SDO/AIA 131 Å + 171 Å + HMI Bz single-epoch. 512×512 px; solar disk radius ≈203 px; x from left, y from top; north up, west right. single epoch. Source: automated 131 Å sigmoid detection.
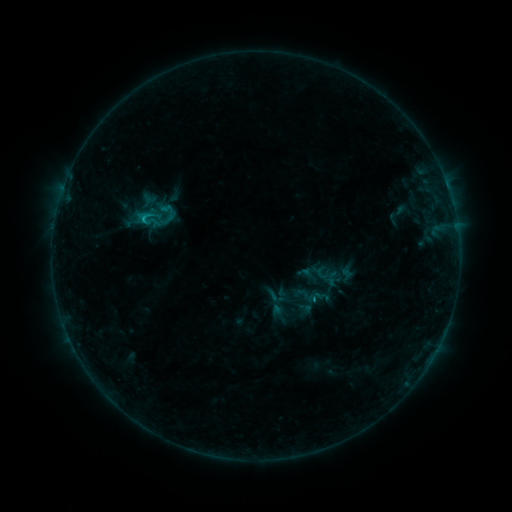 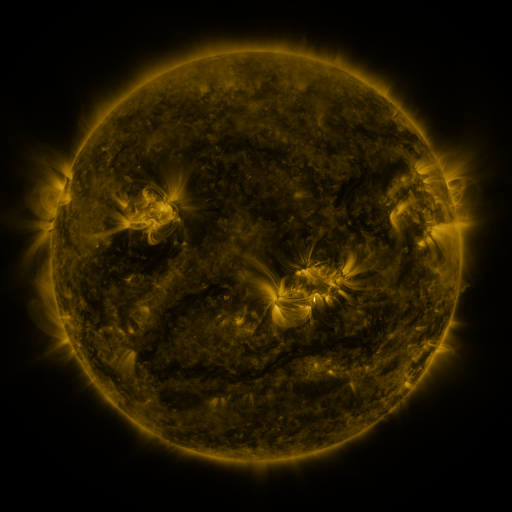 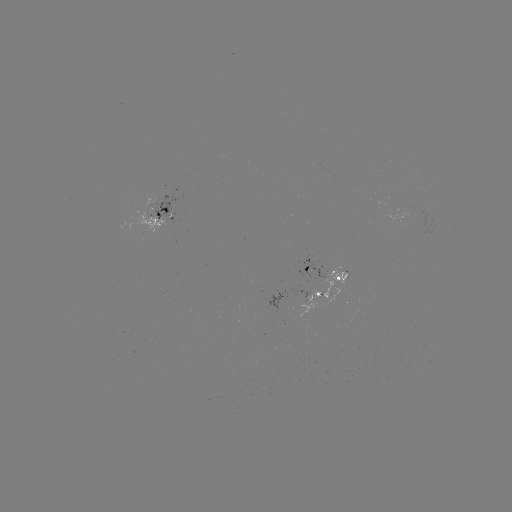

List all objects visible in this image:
sigmoid: (149, 219)
sigmoid: (304, 295)
sigmoid: (275, 297)
